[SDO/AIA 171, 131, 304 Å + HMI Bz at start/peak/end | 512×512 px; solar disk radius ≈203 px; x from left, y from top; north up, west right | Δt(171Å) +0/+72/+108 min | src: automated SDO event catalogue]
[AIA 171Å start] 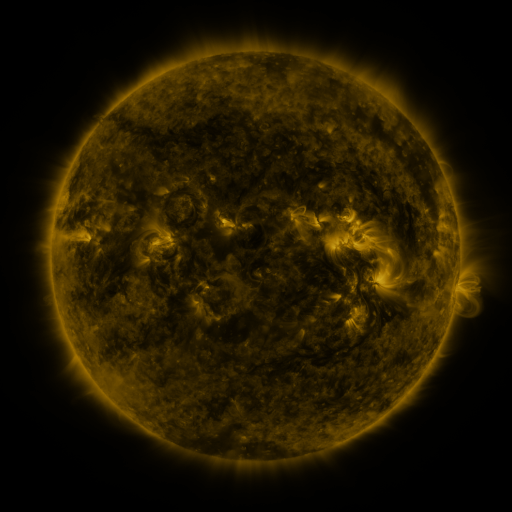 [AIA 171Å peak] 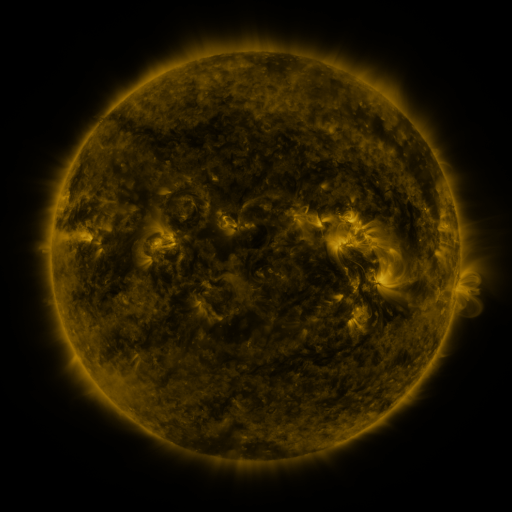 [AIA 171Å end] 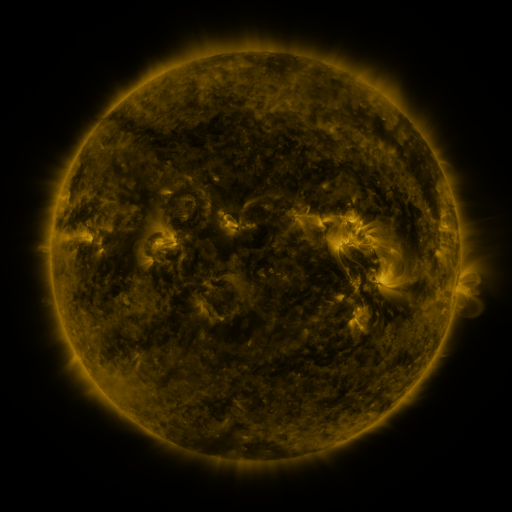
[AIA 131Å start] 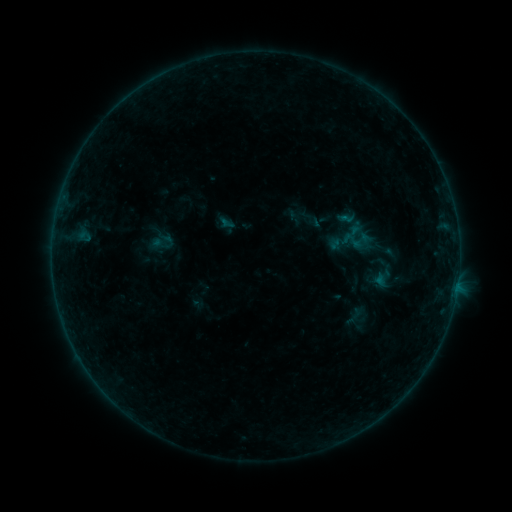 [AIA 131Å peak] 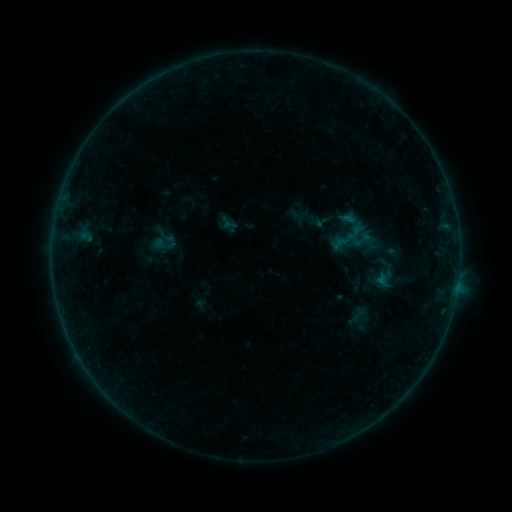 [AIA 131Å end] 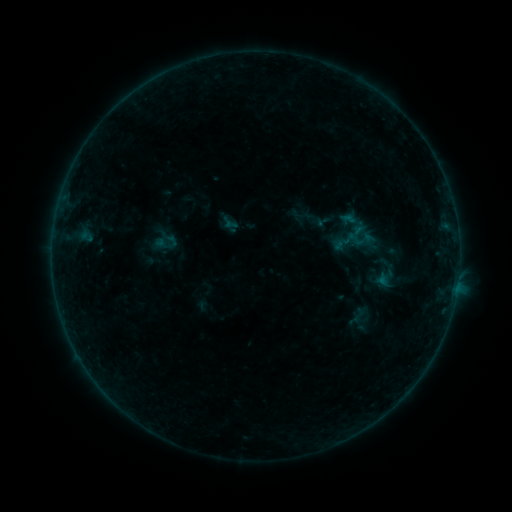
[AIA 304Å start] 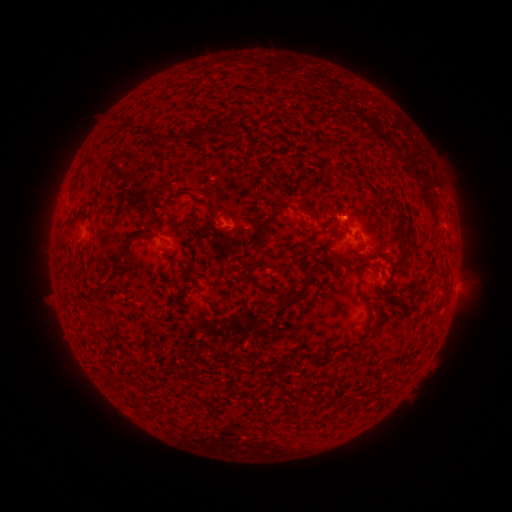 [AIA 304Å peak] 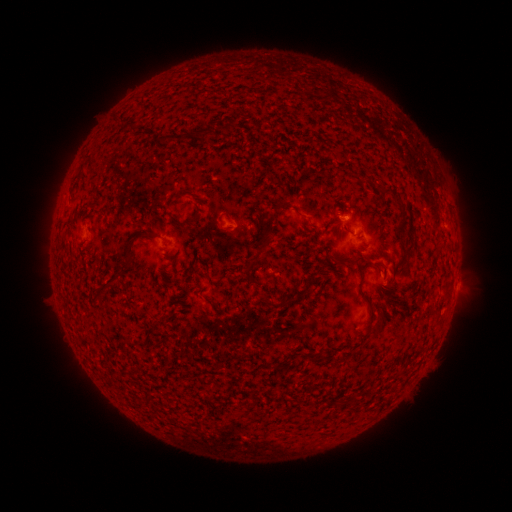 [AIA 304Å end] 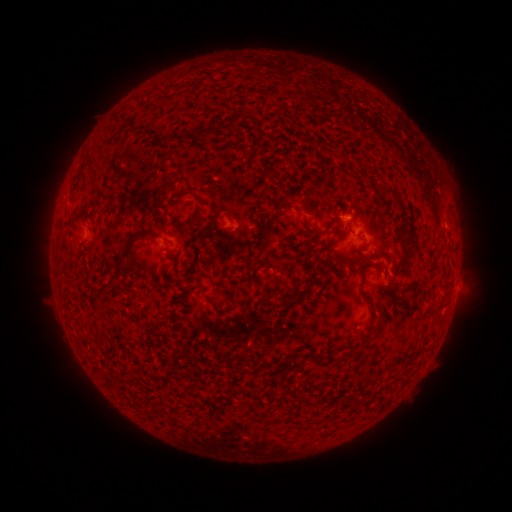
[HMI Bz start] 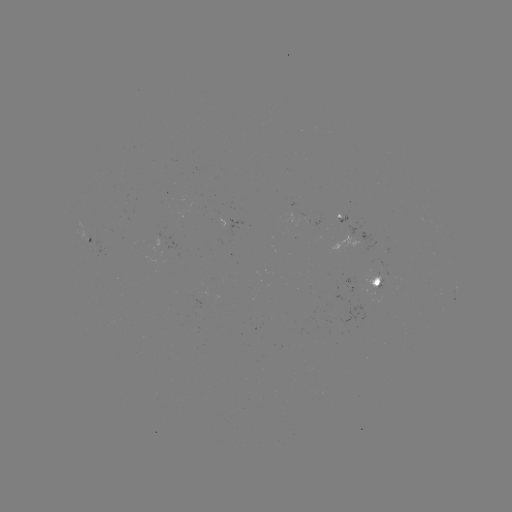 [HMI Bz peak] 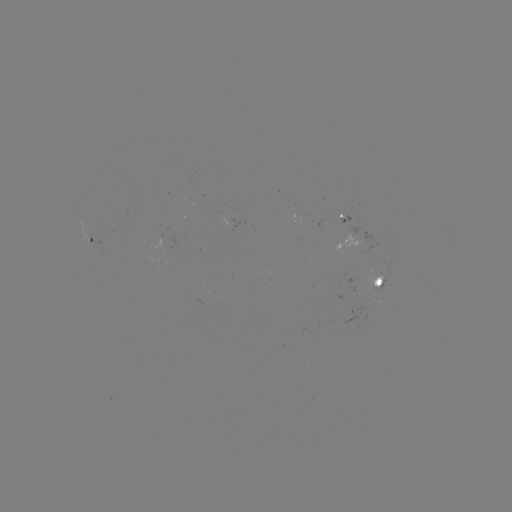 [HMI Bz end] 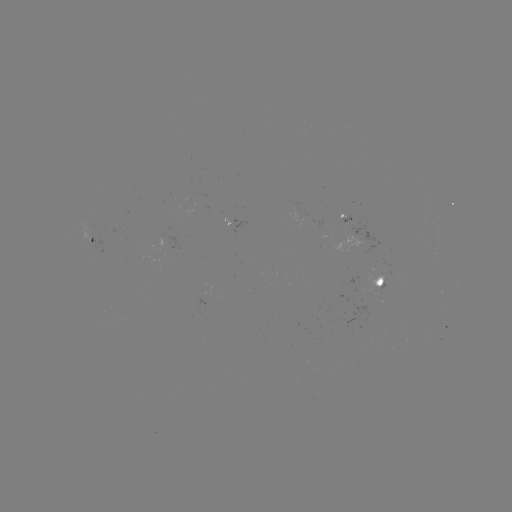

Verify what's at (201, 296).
emerging-flux region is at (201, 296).